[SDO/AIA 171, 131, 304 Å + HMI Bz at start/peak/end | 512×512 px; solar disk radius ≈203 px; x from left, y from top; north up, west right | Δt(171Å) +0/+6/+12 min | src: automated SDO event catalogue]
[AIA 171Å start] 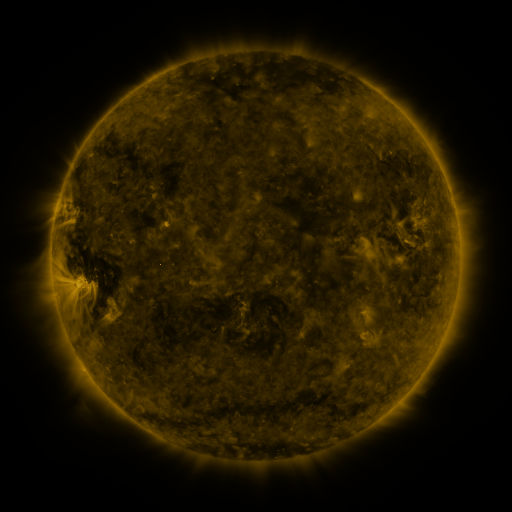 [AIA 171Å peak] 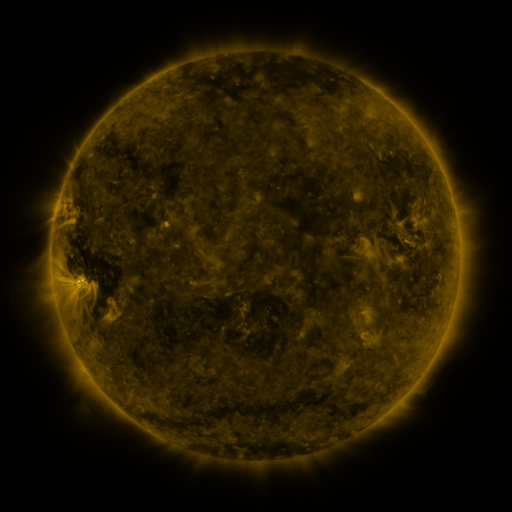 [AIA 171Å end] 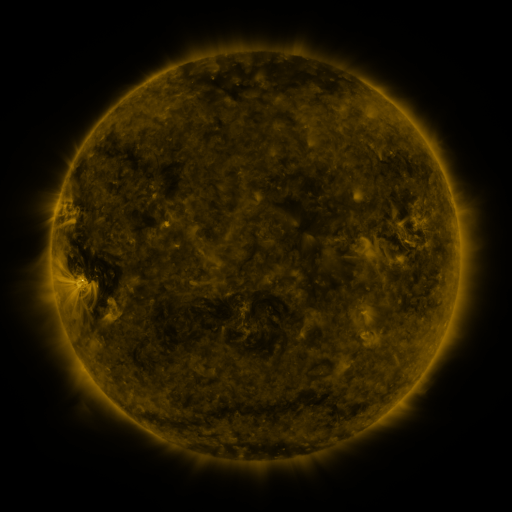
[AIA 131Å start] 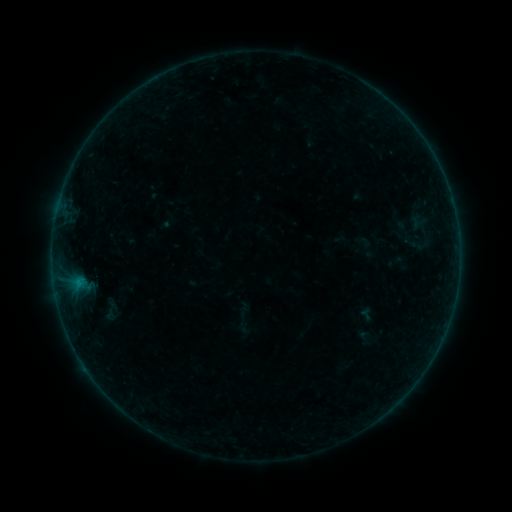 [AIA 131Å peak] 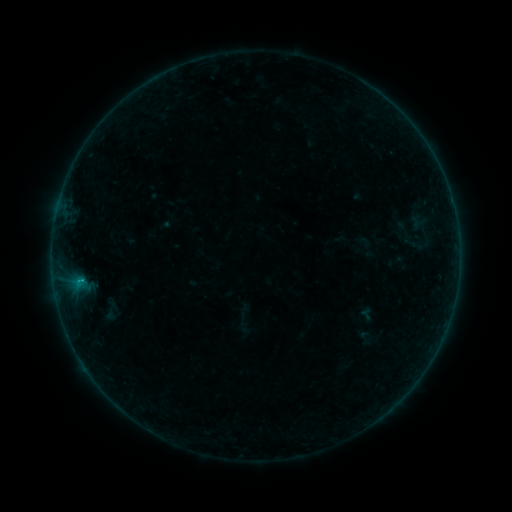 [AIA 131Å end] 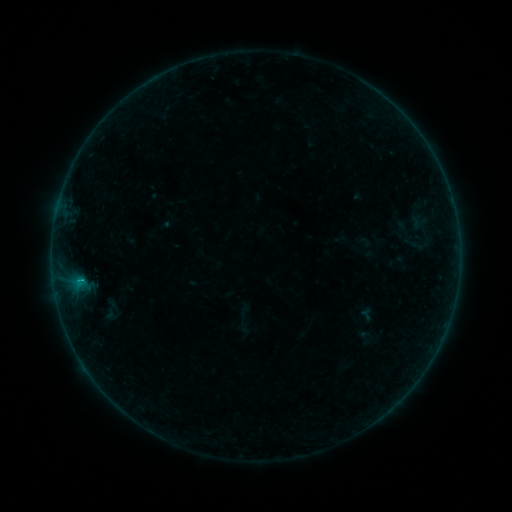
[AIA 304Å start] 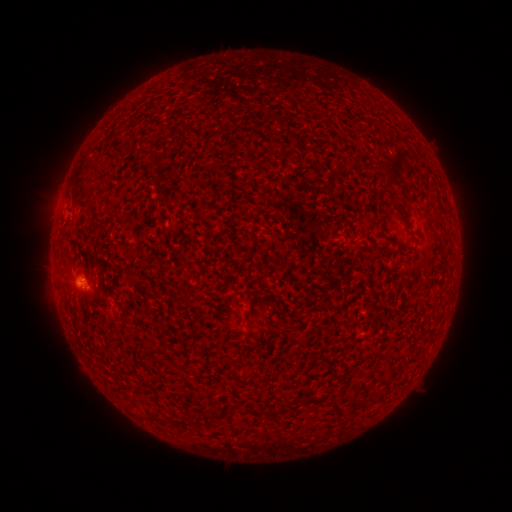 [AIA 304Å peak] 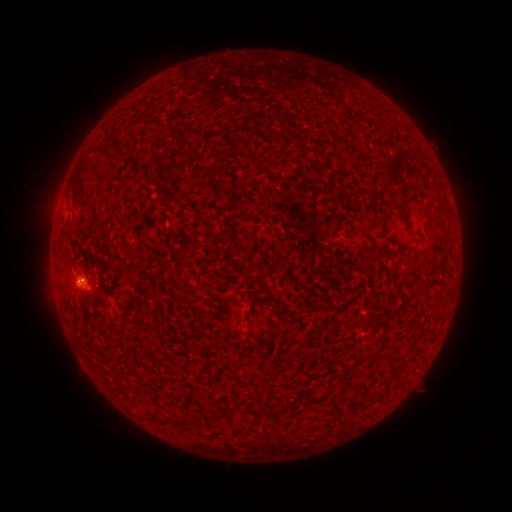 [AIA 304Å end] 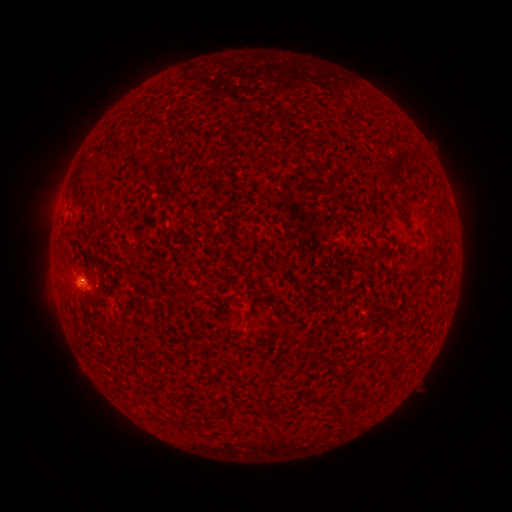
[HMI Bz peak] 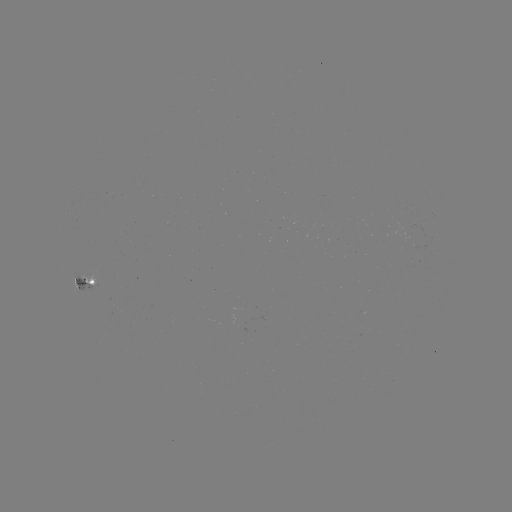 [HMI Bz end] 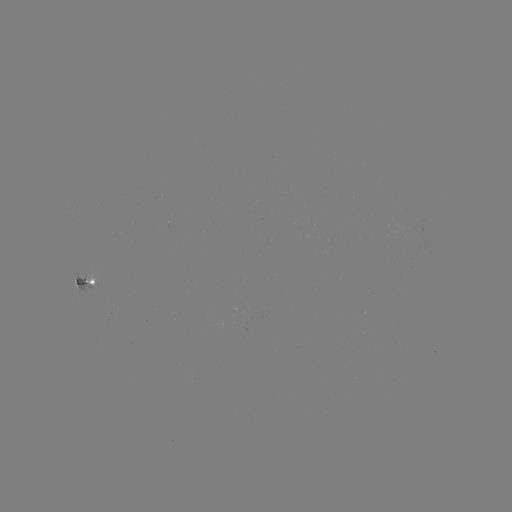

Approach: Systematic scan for B3.7 flare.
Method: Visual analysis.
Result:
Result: B3.7 flare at (82, 280).